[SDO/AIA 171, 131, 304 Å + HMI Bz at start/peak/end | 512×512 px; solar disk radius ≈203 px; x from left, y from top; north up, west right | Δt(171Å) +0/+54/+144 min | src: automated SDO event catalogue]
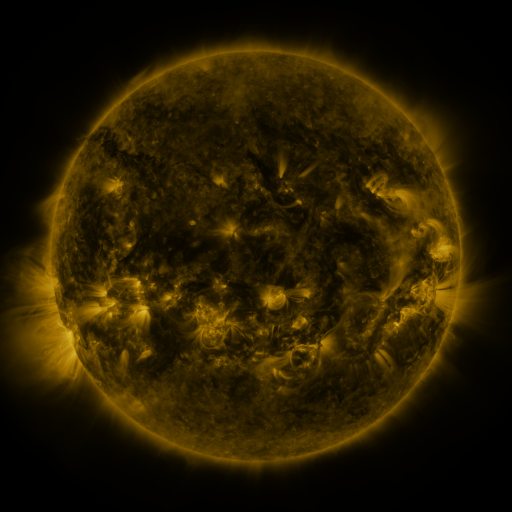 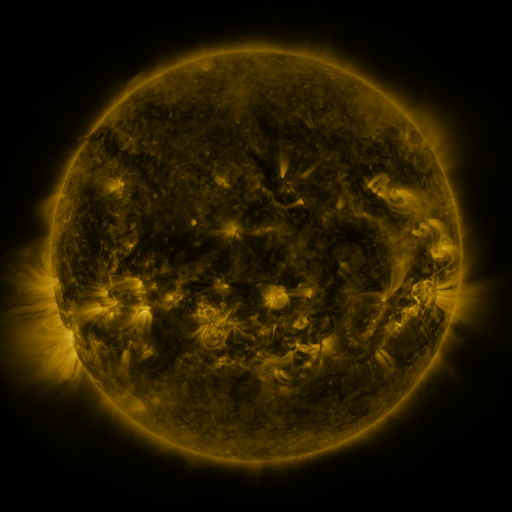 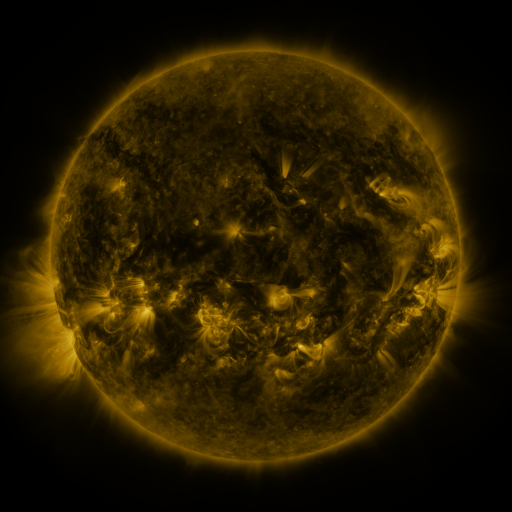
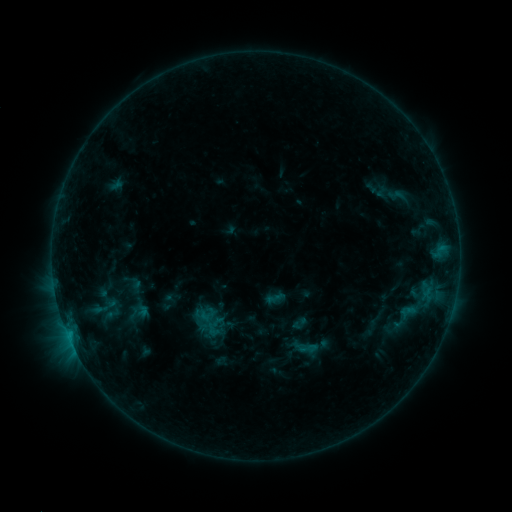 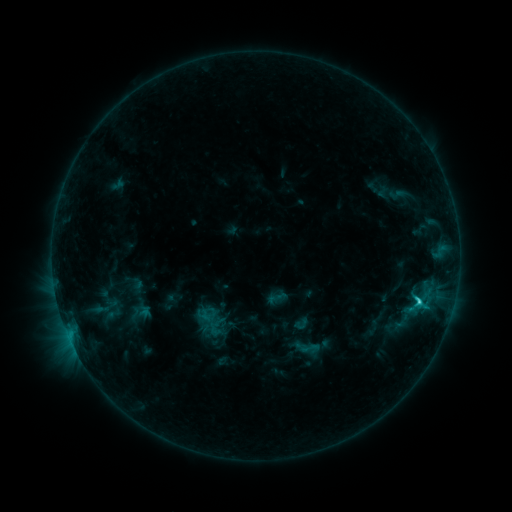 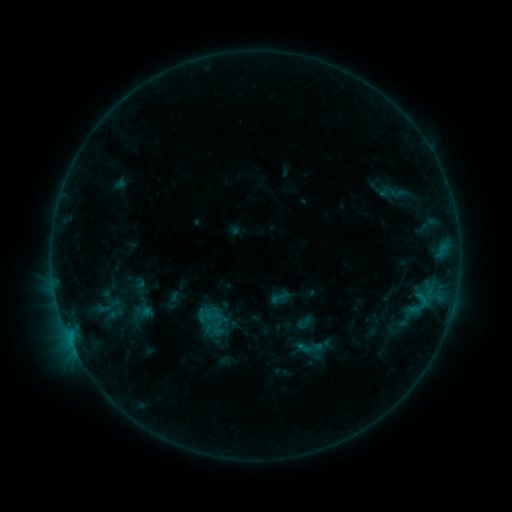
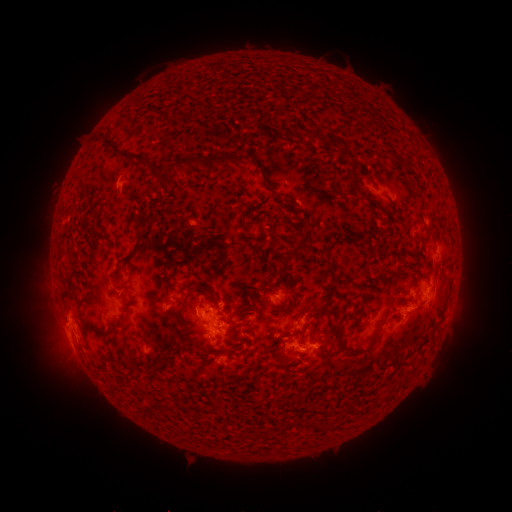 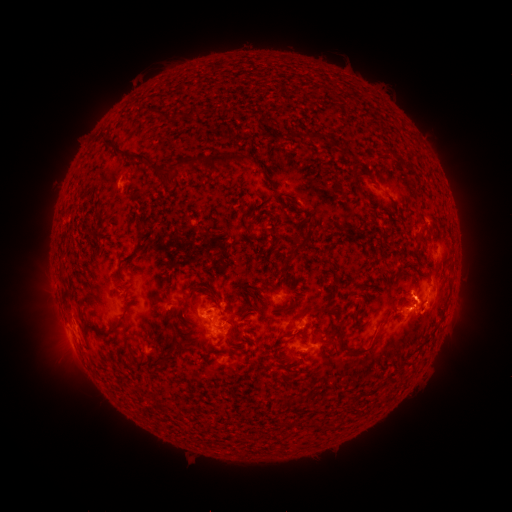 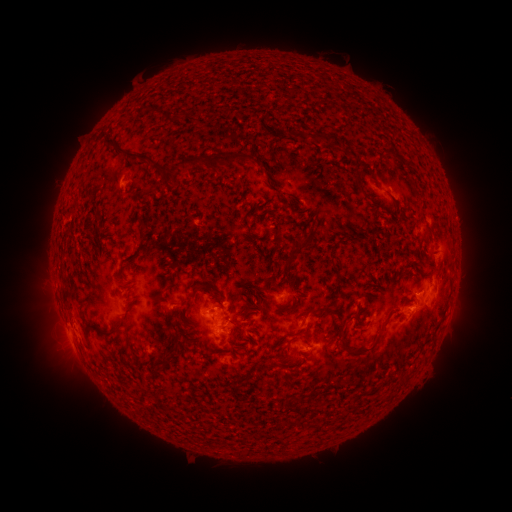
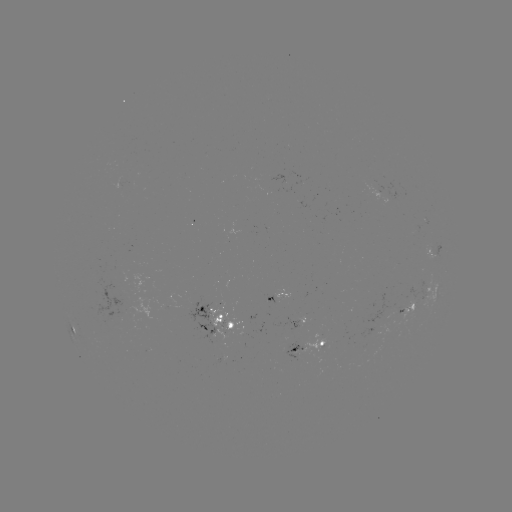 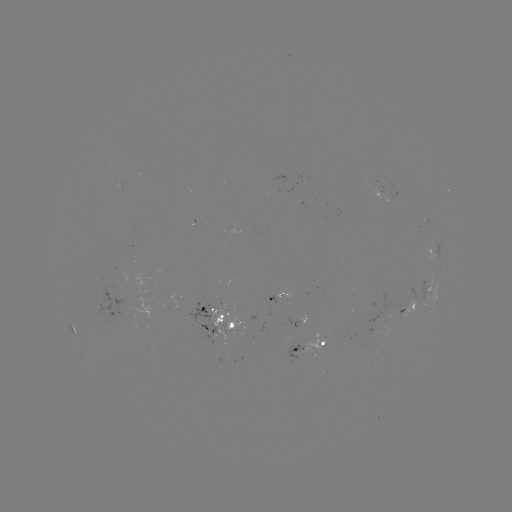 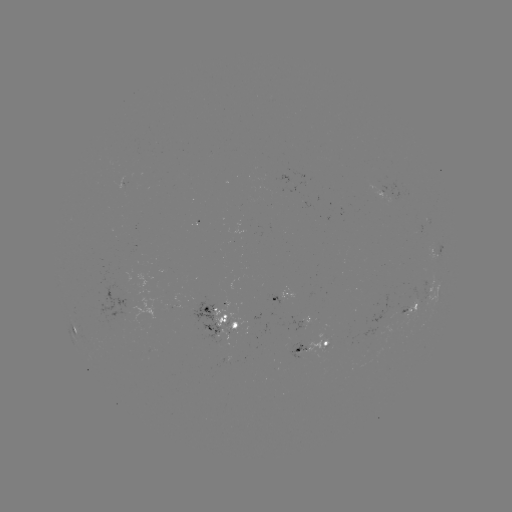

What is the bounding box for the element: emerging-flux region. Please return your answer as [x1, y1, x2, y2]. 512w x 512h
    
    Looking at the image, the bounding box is [285, 342, 306, 358].